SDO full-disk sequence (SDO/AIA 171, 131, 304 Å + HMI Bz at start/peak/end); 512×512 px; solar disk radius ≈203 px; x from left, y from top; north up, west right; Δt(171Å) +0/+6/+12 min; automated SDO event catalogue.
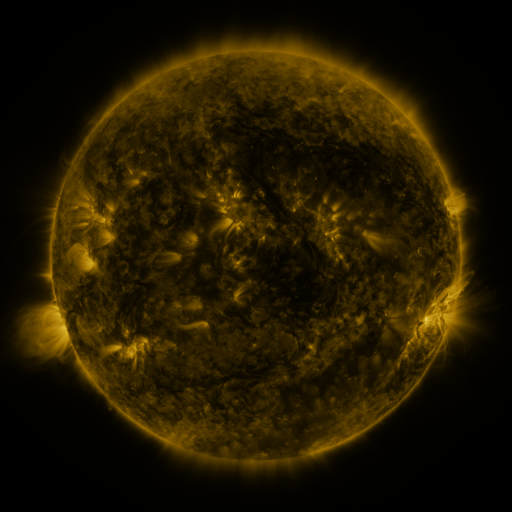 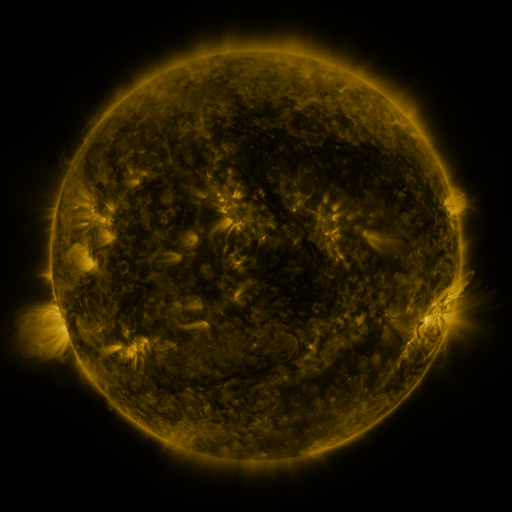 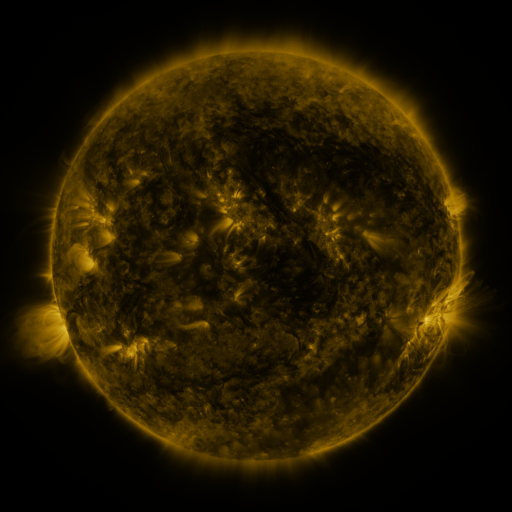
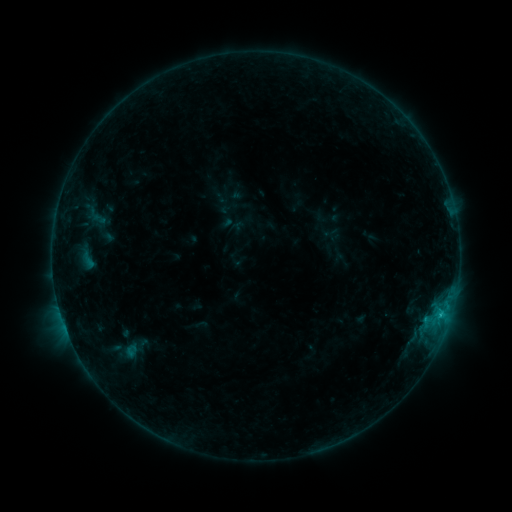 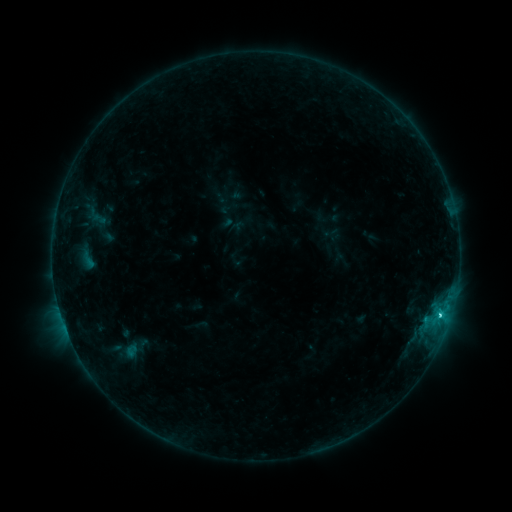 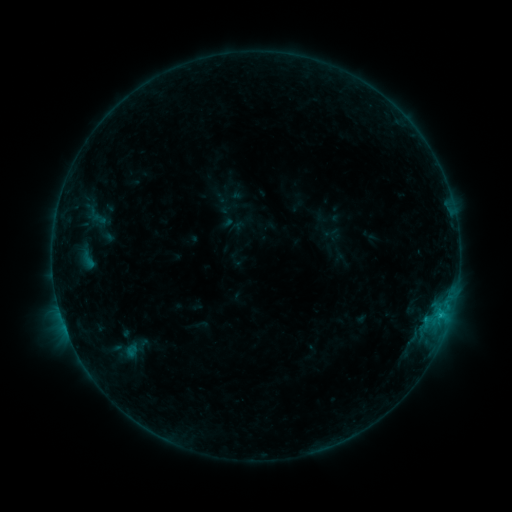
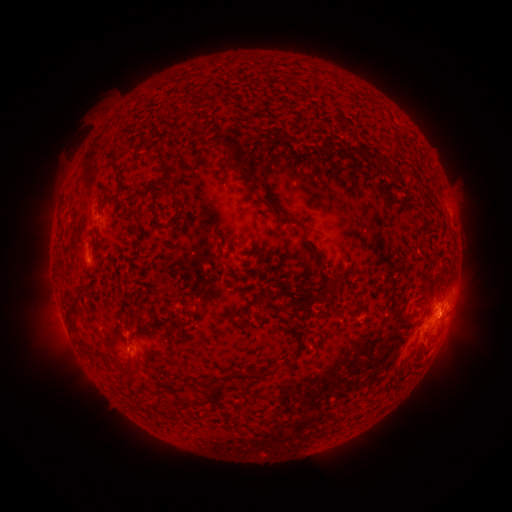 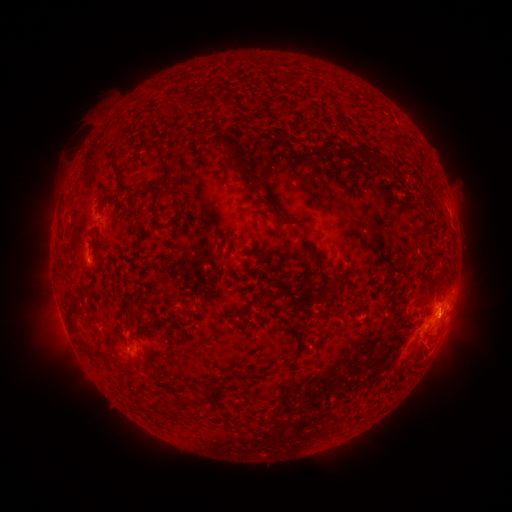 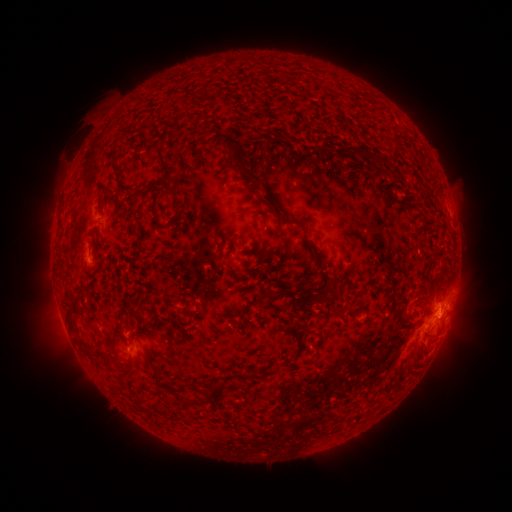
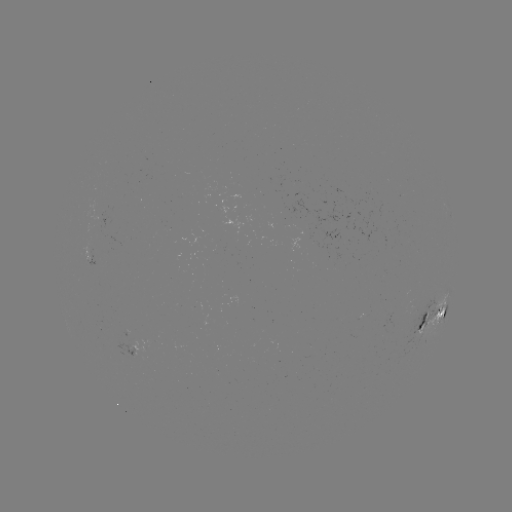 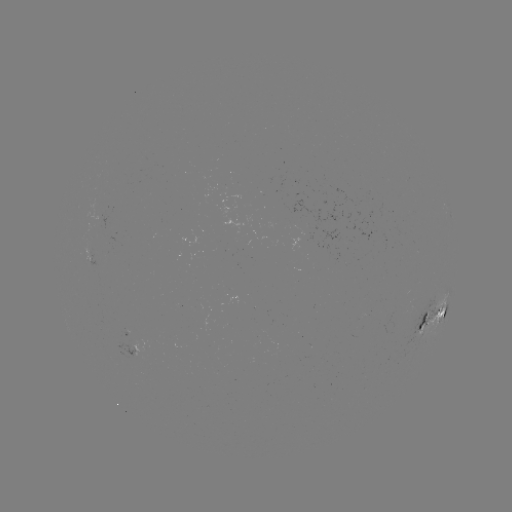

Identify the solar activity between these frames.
C1.5 flare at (440, 313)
